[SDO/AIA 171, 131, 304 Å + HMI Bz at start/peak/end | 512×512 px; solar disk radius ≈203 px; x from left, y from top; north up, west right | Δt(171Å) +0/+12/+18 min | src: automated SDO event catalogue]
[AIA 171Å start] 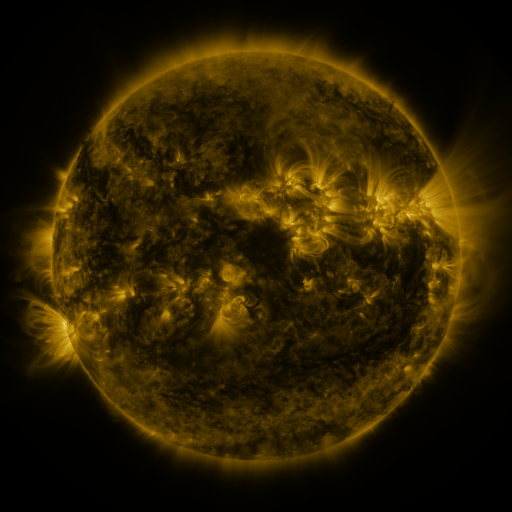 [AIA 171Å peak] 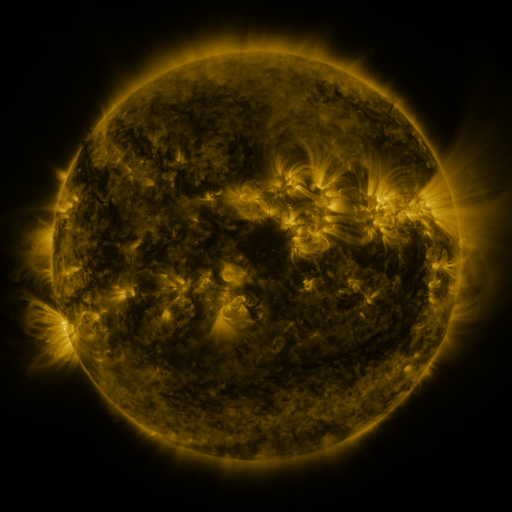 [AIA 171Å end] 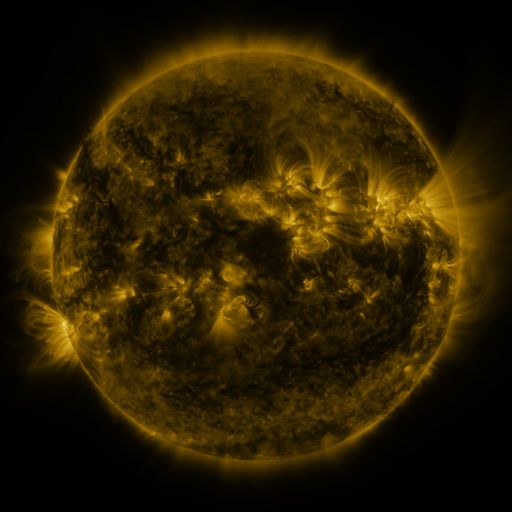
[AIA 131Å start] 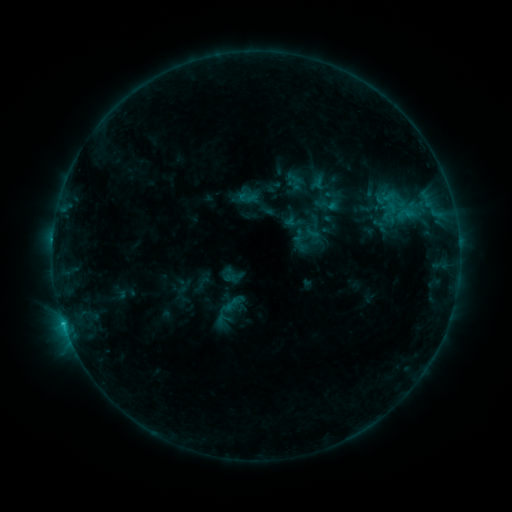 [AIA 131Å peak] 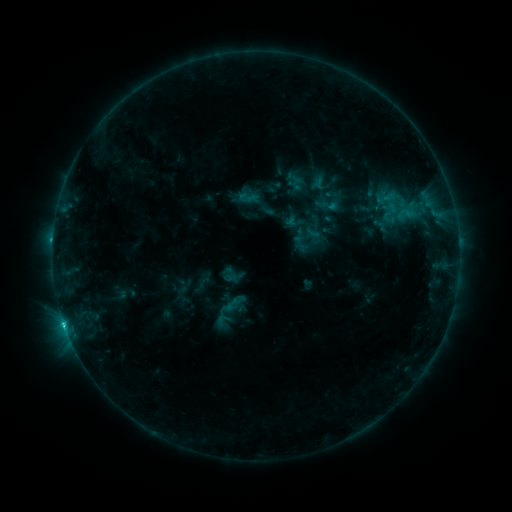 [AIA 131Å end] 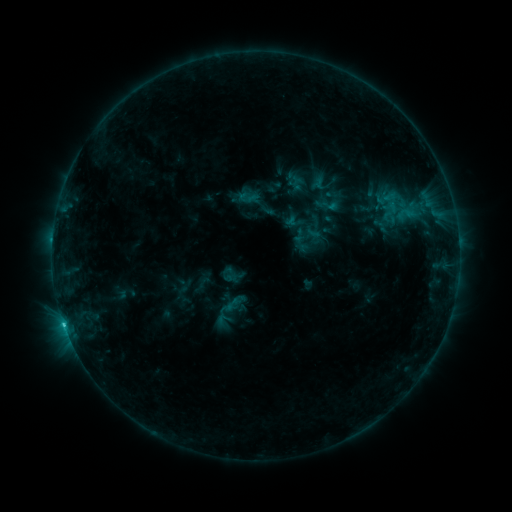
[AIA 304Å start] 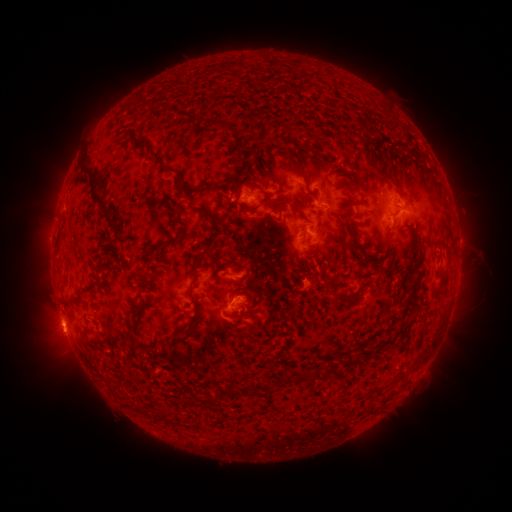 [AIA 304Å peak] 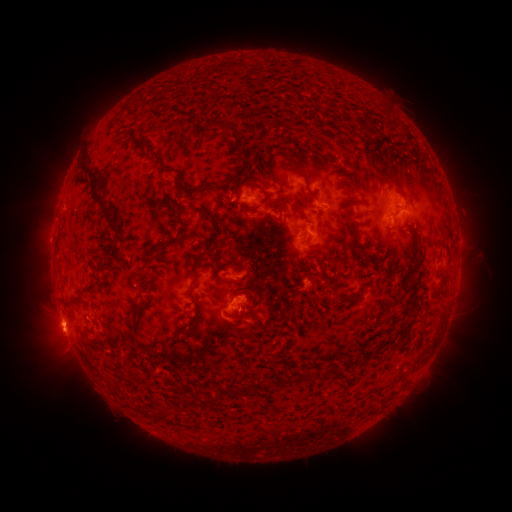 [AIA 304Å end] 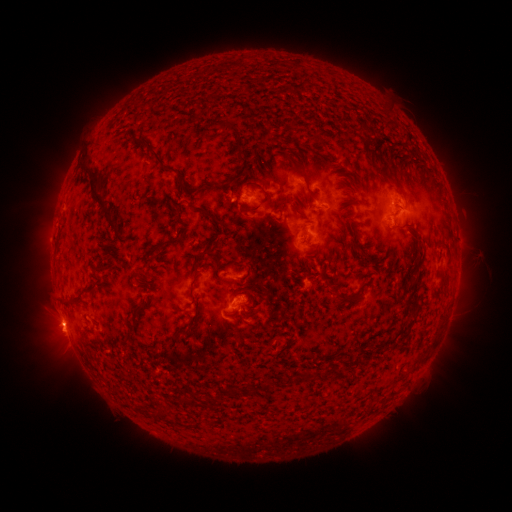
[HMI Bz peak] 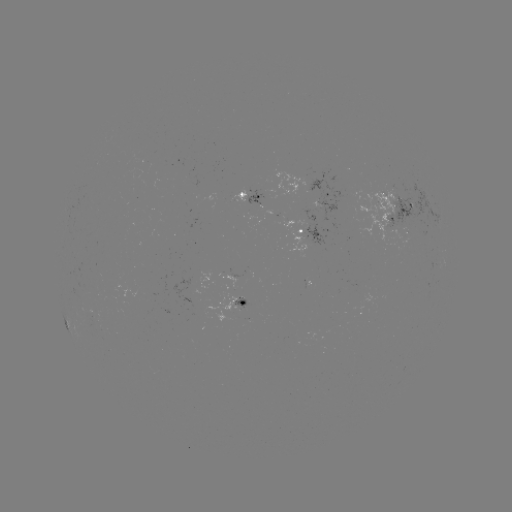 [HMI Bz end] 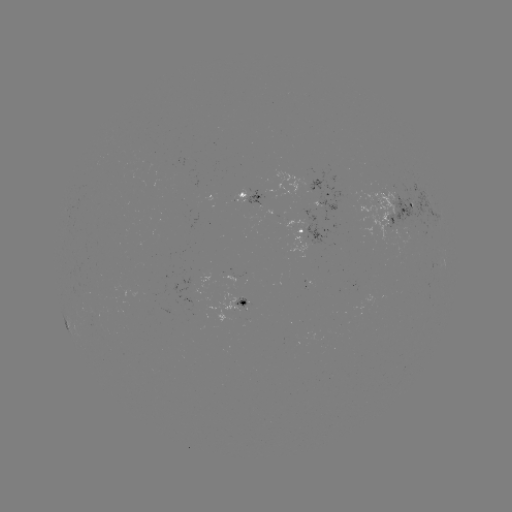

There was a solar flare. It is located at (65, 322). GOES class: C1.3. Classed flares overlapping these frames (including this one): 1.